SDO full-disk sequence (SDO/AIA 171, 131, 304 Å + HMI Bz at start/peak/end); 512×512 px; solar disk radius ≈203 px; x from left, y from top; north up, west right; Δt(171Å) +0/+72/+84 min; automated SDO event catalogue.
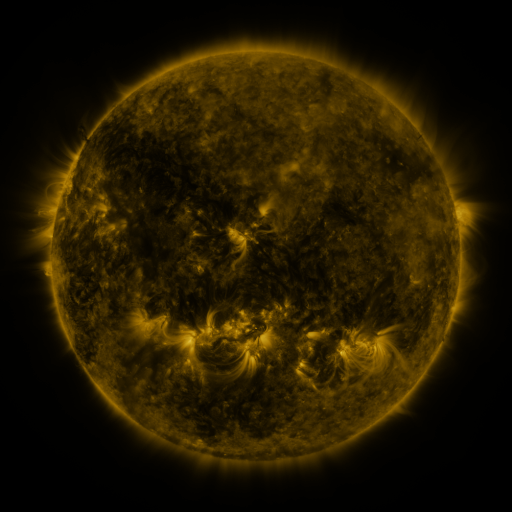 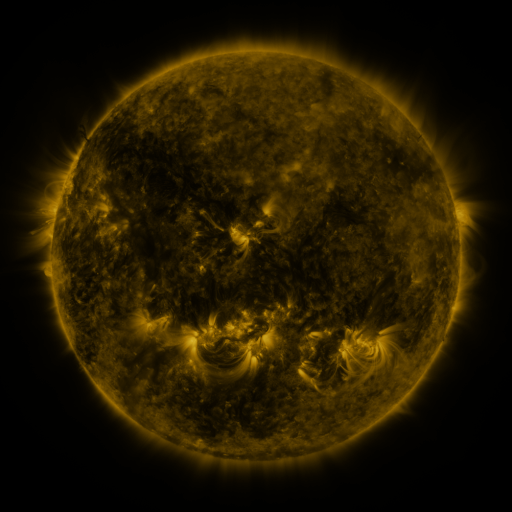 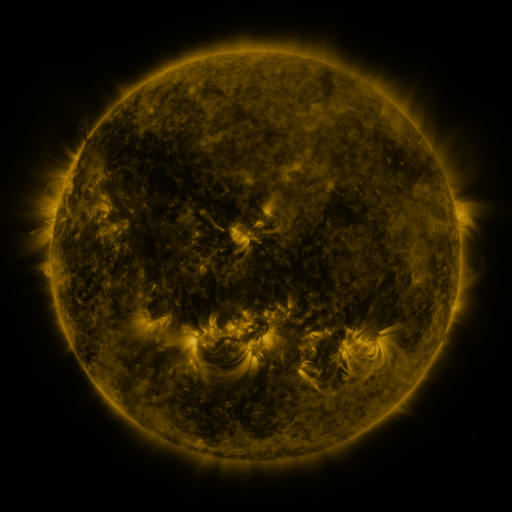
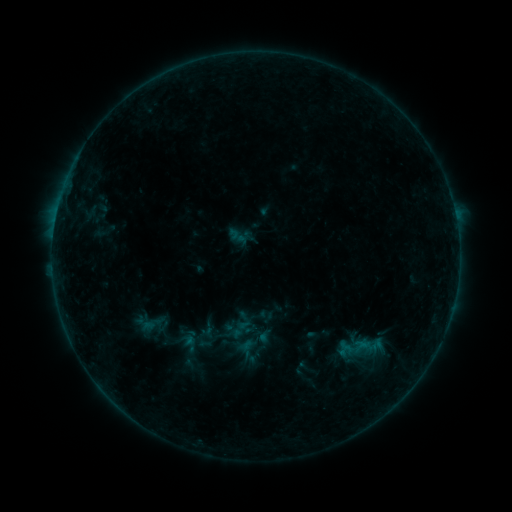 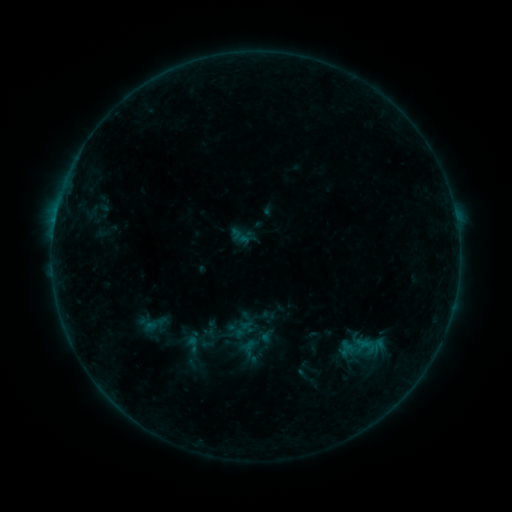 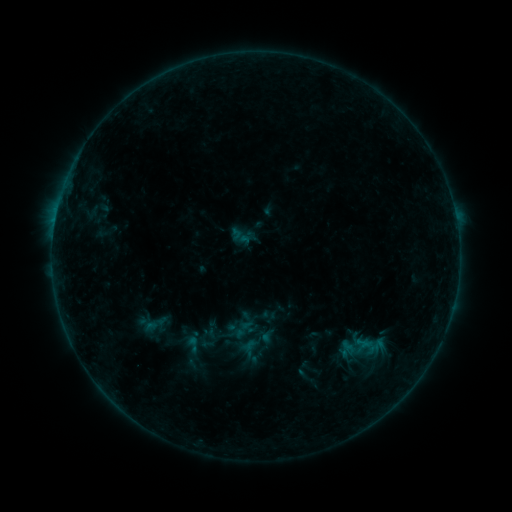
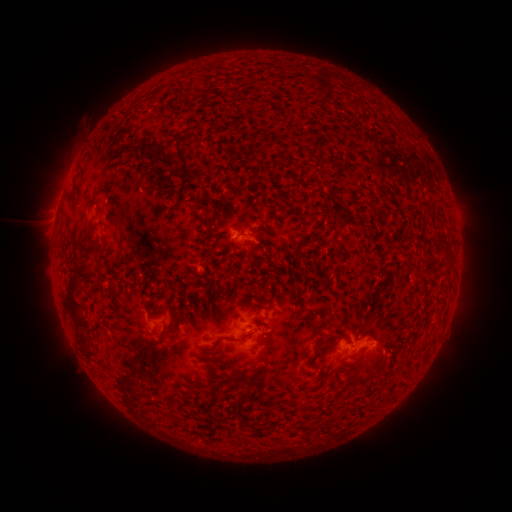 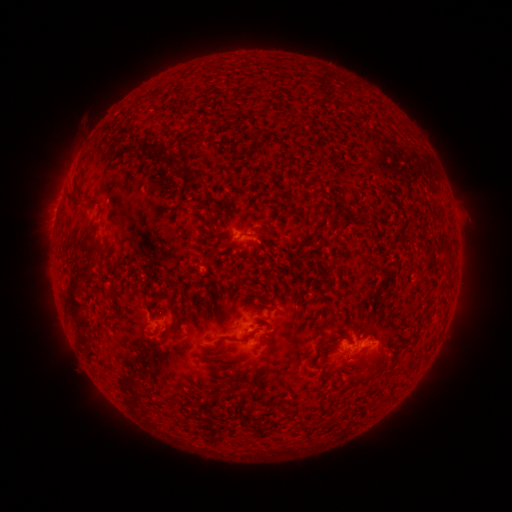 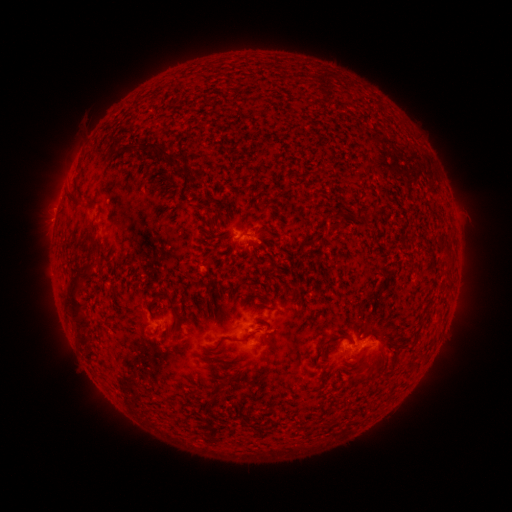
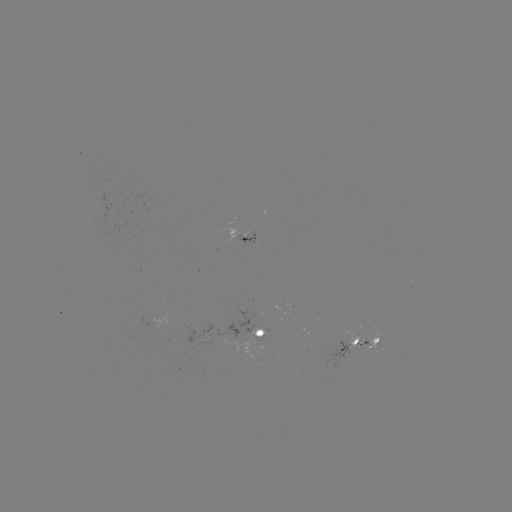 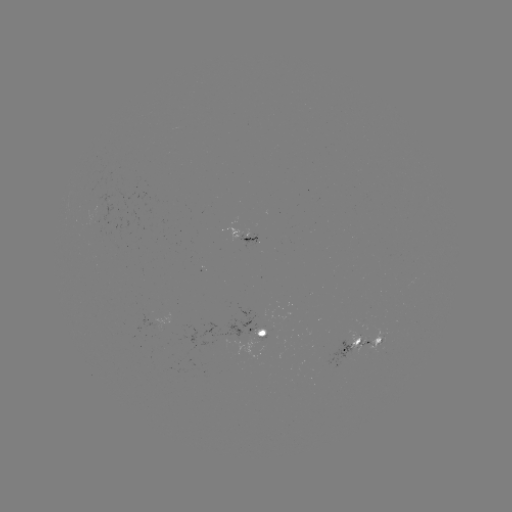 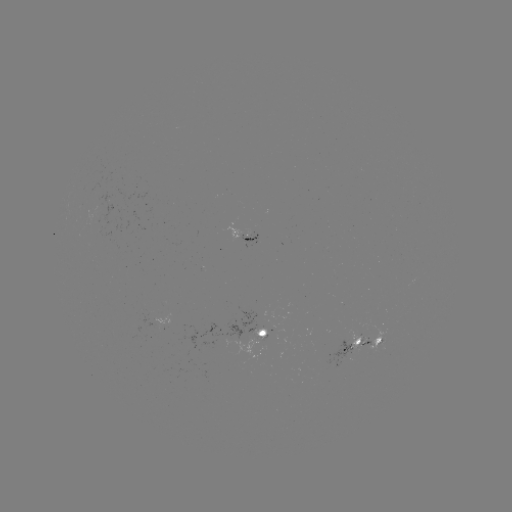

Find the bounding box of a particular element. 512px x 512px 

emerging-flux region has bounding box [89, 209, 100, 232].